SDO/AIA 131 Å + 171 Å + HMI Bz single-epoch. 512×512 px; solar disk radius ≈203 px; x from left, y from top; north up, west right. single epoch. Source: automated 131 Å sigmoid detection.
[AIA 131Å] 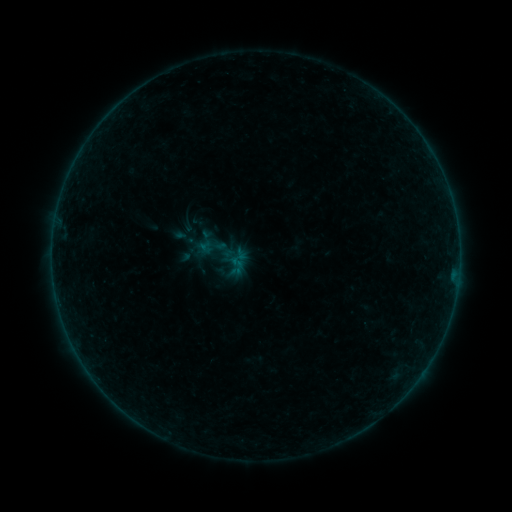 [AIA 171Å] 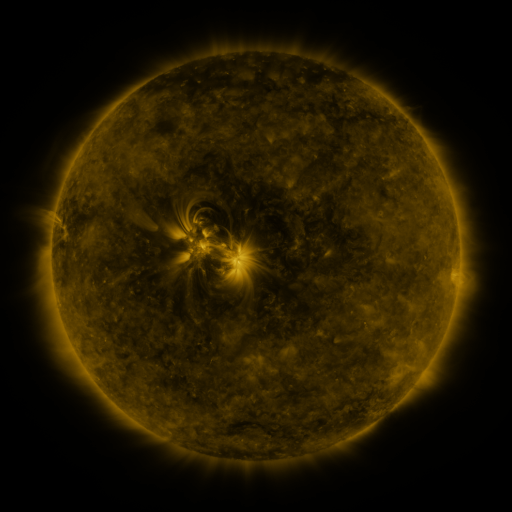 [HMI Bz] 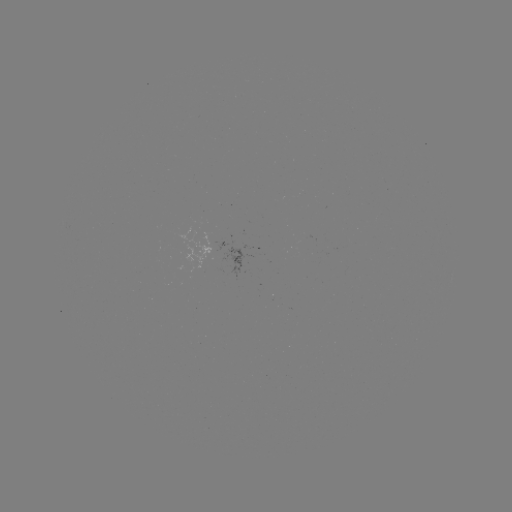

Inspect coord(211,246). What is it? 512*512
sigmoid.